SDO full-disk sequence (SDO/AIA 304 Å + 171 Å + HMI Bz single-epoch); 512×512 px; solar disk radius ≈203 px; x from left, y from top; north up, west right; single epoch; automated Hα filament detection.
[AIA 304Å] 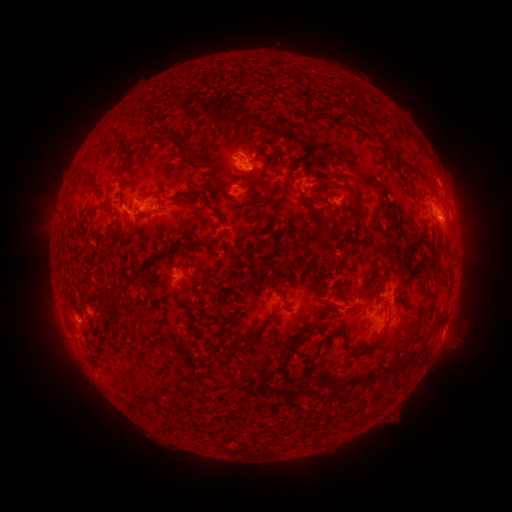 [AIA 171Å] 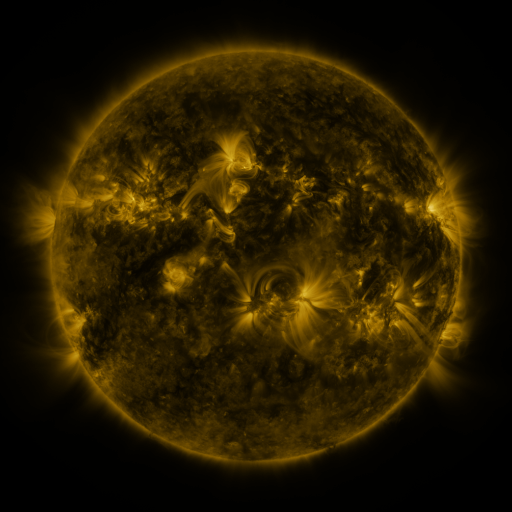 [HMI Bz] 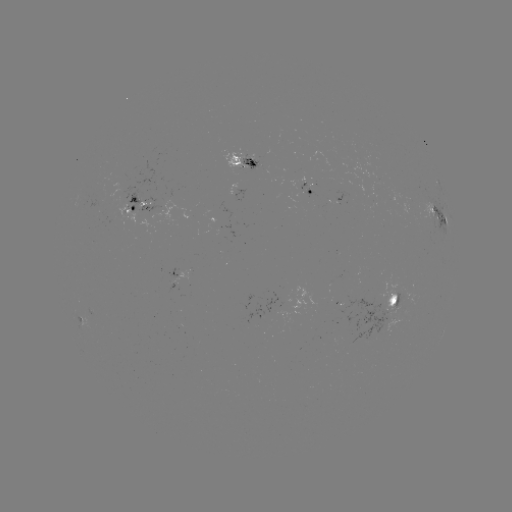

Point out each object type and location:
filament: (254, 145)
filament: (188, 147)
filament: (125, 151)
filament: (265, 172)
filament: (325, 184)
filament: (265, 190)
filament: (183, 193)
filament: (329, 197)
filament: (304, 200)
filament: (353, 214)
filament: (175, 249)
filament: (157, 256)
filament: (368, 275)
filament: (358, 292)
filament: (430, 308)
filament: (259, 330)
filament: (384, 330)
filament: (238, 337)
filament: (317, 350)
filament: (355, 354)
filament: (284, 363)
filament: (172, 399)
